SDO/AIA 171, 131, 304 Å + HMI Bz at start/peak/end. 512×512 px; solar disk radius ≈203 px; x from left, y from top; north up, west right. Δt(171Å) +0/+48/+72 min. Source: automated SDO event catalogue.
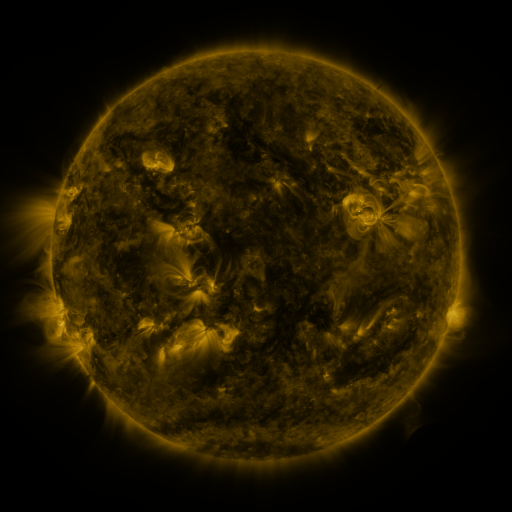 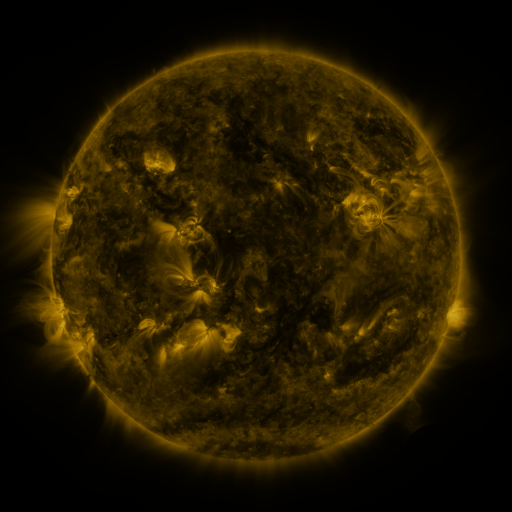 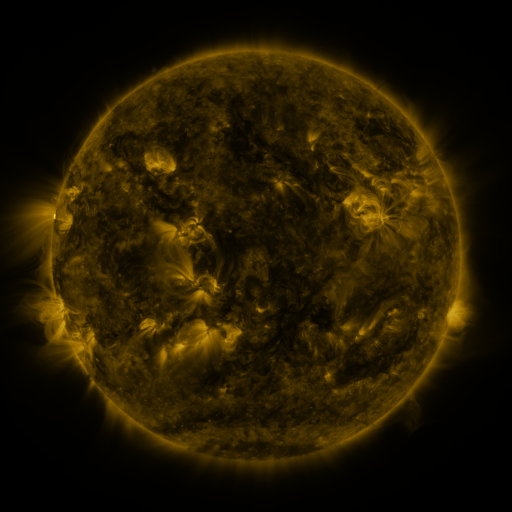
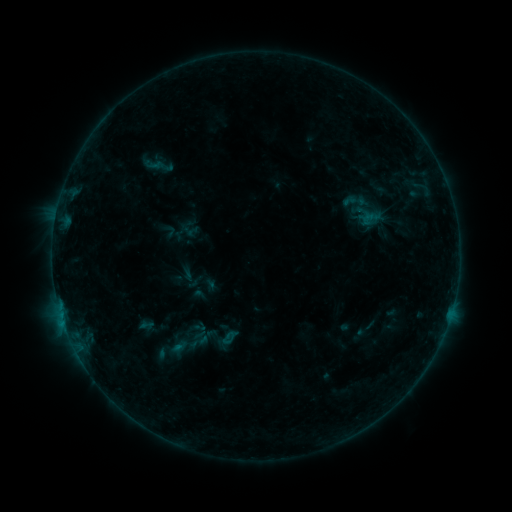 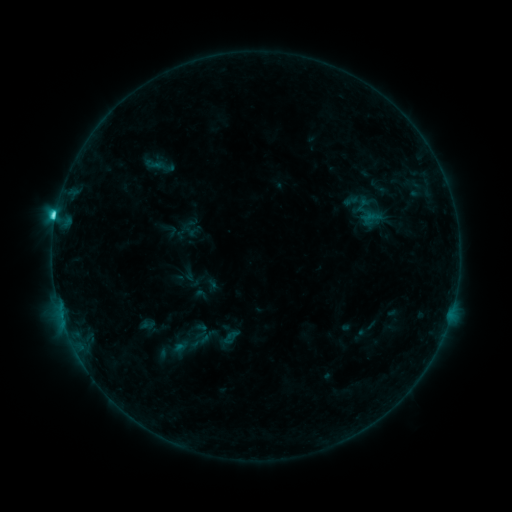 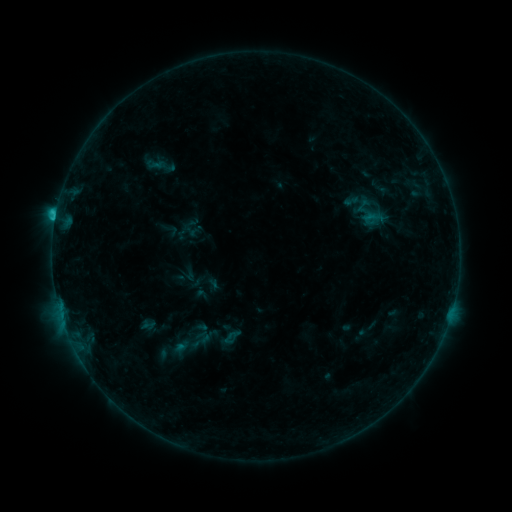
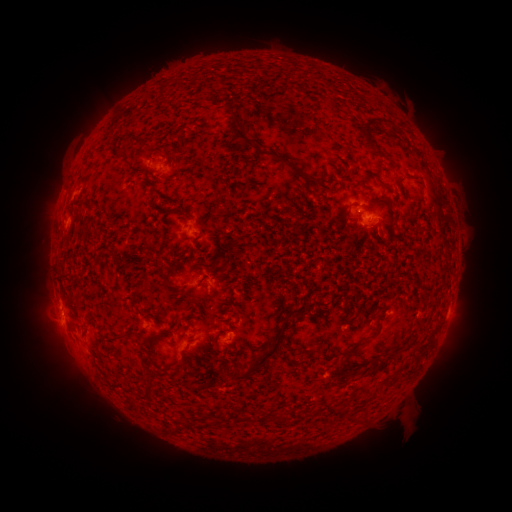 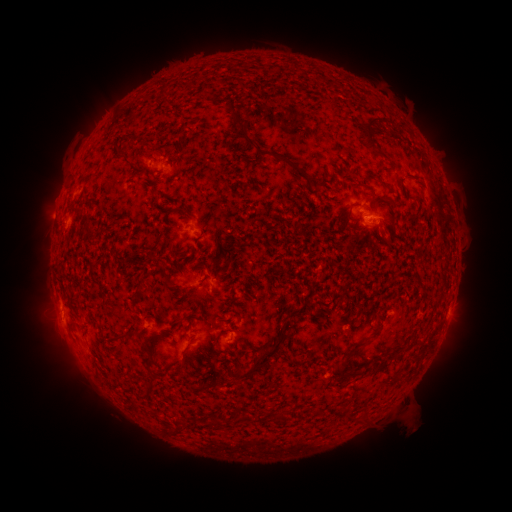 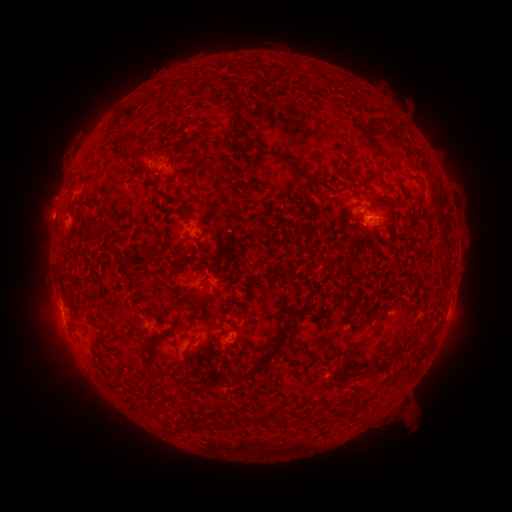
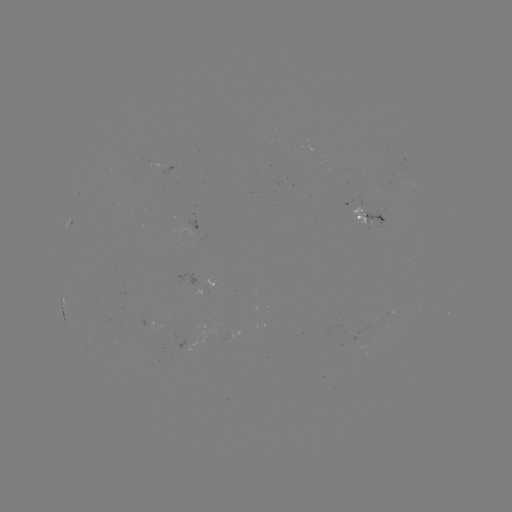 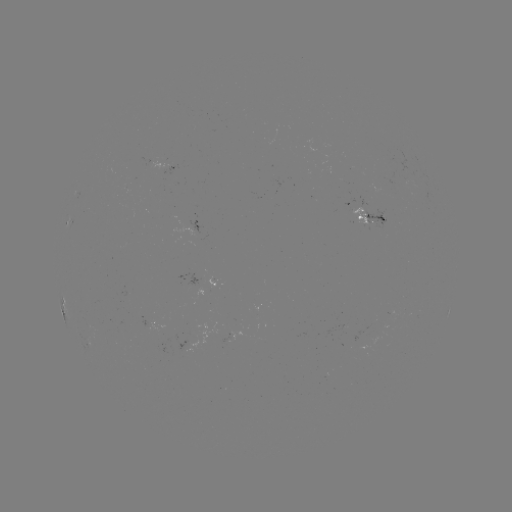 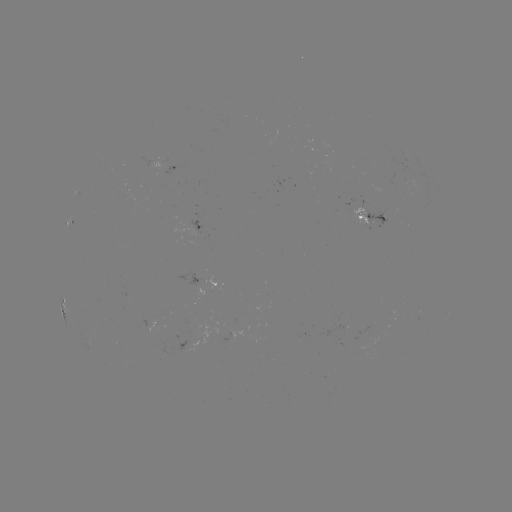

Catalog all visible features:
C2.7 flare: (56, 216)
